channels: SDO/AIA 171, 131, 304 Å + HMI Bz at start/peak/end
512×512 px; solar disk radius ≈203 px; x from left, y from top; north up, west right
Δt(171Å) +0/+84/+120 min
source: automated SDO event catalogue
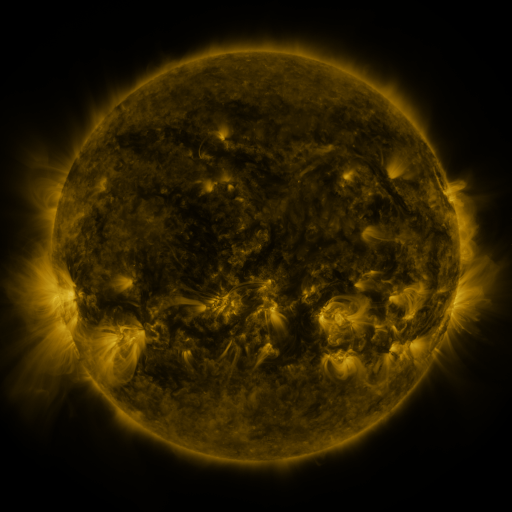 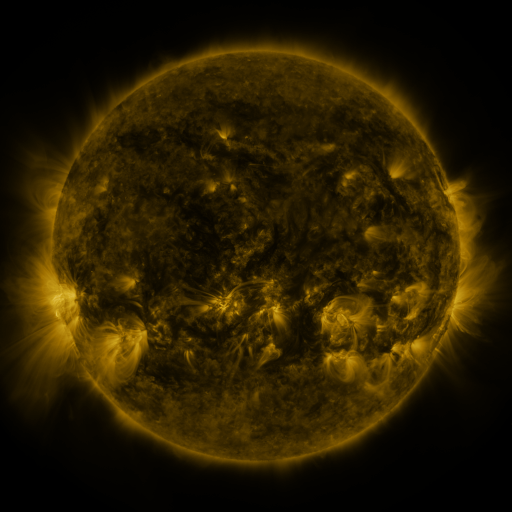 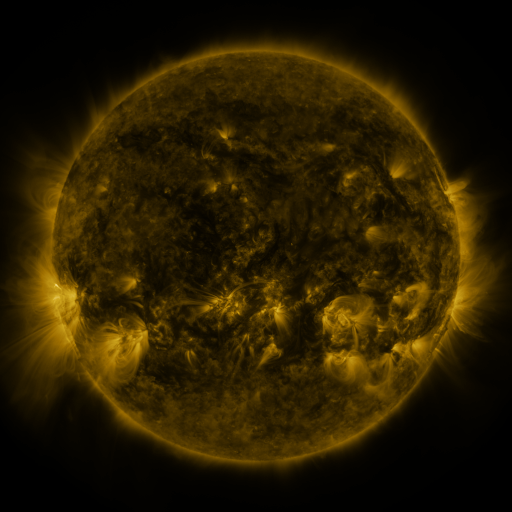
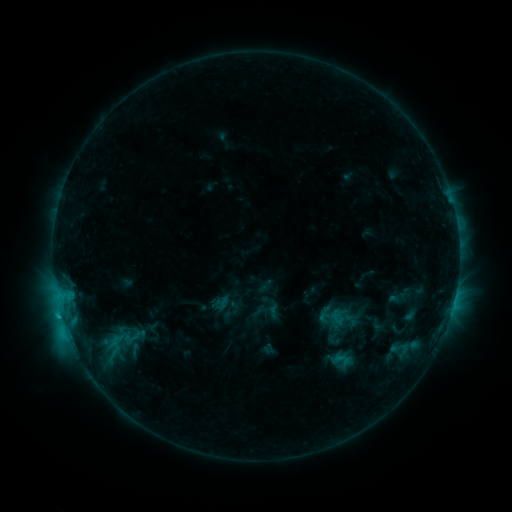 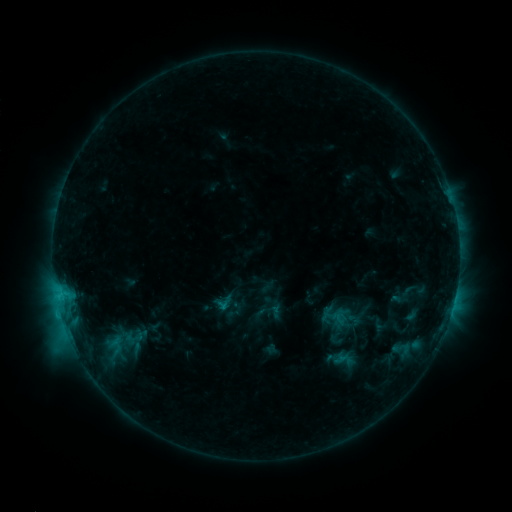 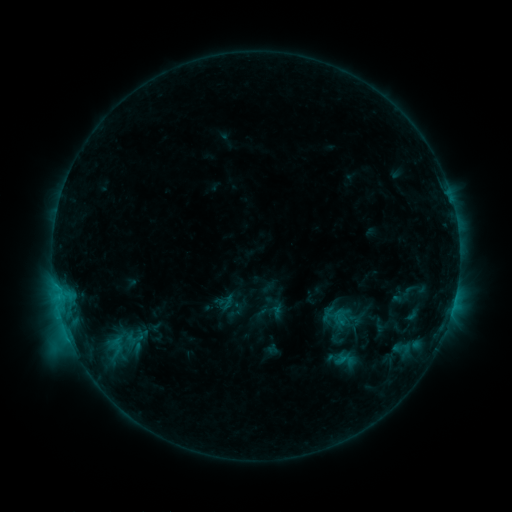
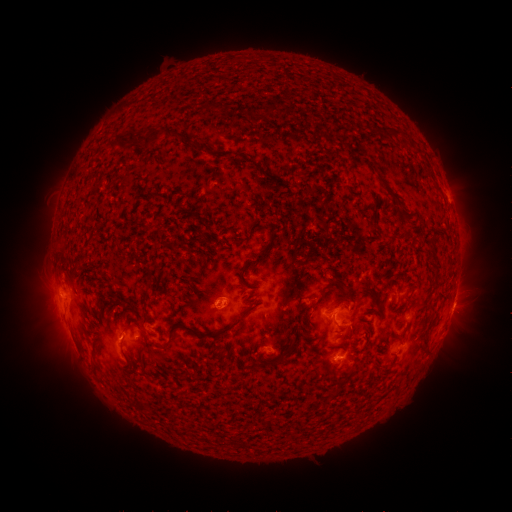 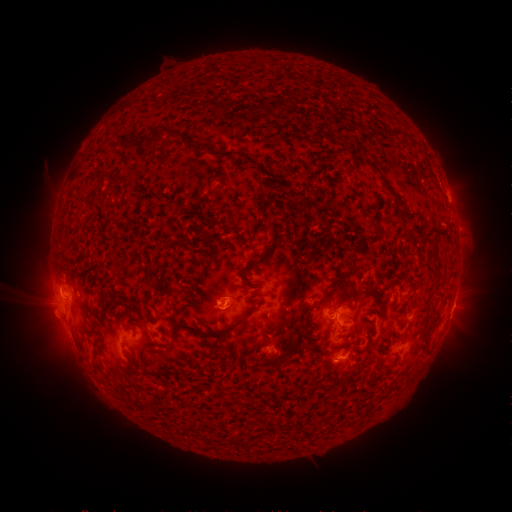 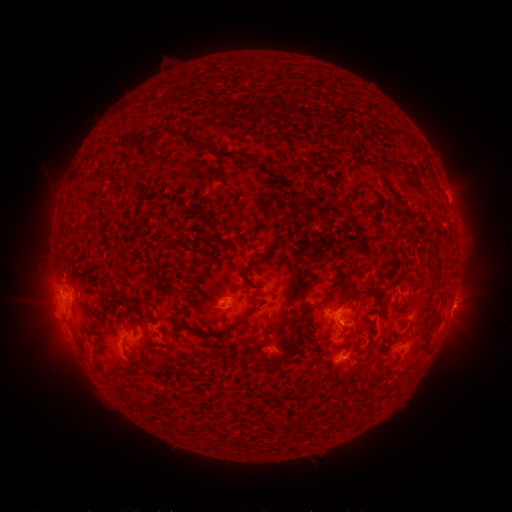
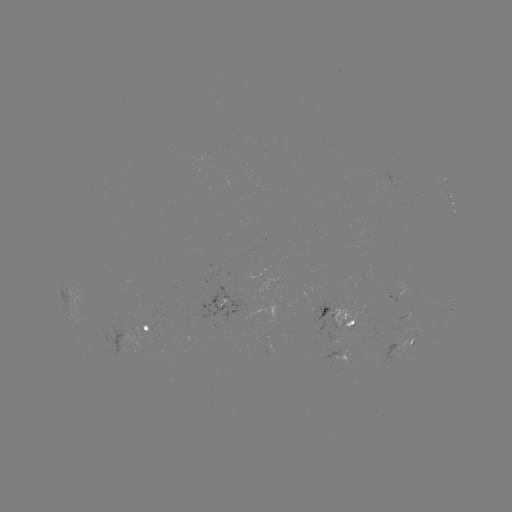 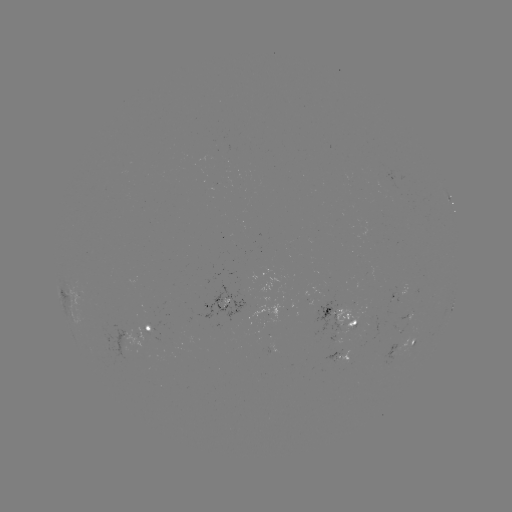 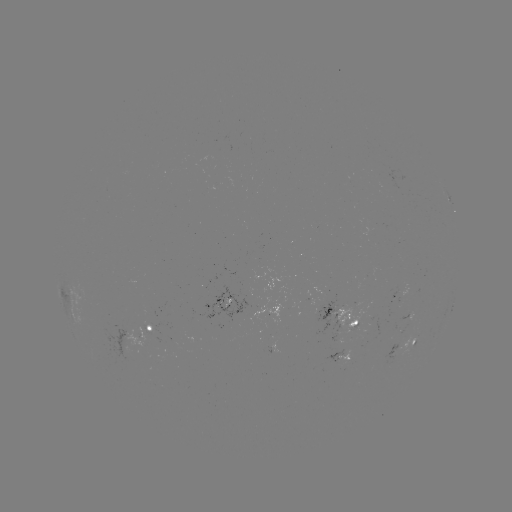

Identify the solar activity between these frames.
emerging-flux region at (405, 314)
